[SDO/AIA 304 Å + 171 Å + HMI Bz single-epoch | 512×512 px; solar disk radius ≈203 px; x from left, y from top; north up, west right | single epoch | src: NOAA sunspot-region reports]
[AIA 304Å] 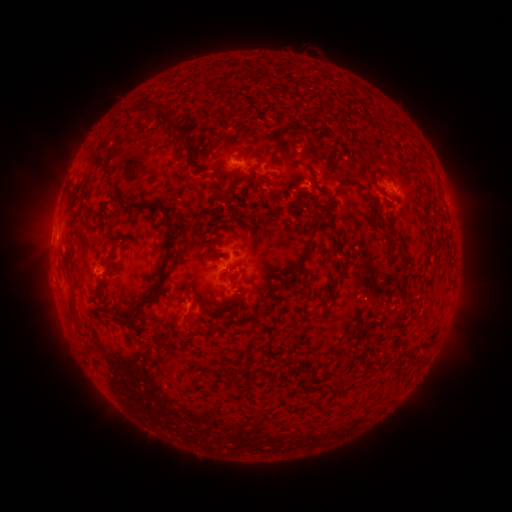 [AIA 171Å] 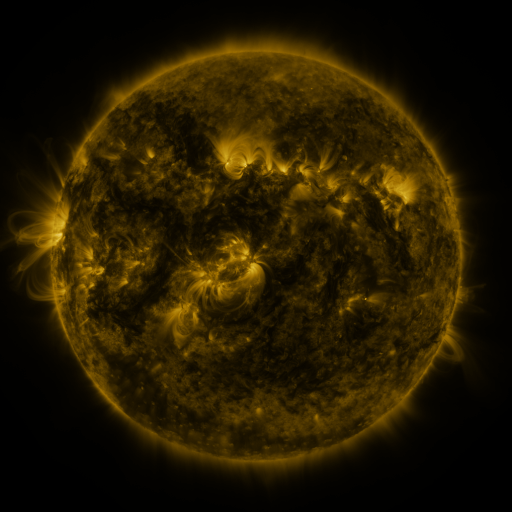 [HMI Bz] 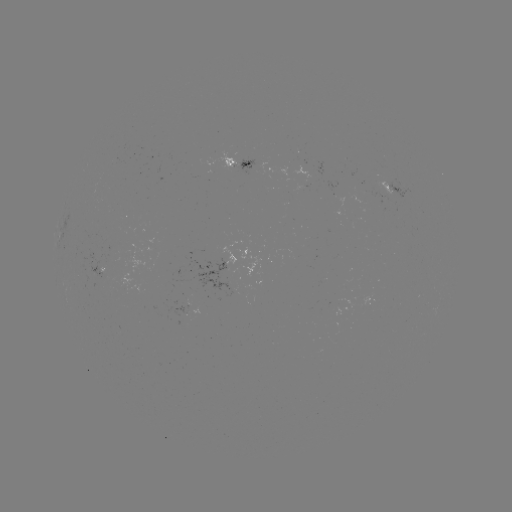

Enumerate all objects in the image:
spotted active region: (239, 163)
spotted active region: (398, 190)
spotted active region: (101, 271)
